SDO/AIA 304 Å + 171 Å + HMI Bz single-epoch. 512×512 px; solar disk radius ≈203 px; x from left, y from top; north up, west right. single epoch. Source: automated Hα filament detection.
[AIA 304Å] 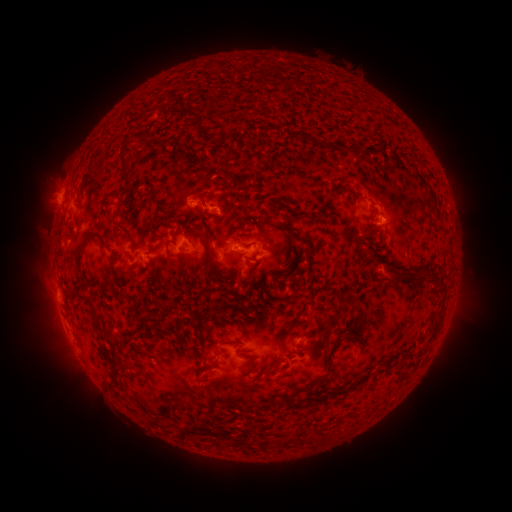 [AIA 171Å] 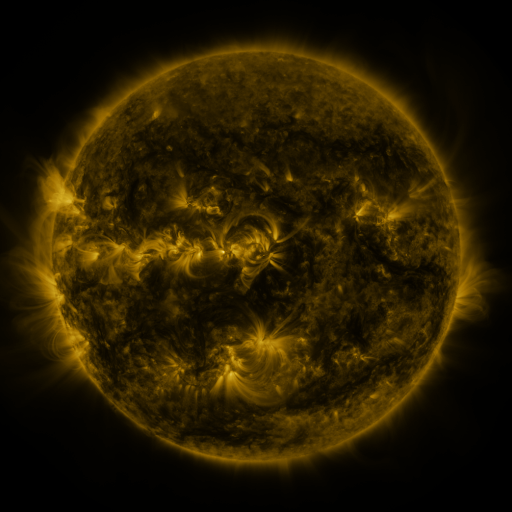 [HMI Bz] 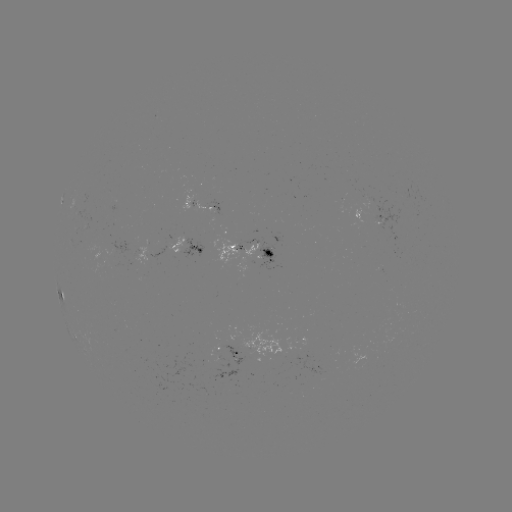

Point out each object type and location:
filament: (193, 158)
filament: (83, 165)
filament: (124, 172)
filament: (111, 196)
filament: (227, 210)
filament: (268, 221)
filament: (373, 226)
filament: (289, 230)
filament: (127, 233)
filament: (208, 245)
filament: (82, 249)
filament: (296, 250)
filament: (403, 275)
filament: (430, 278)
filament: (86, 300)
filament: (344, 305)
filament: (219, 311)
filament: (361, 311)
filament: (441, 314)
filament: (151, 319)
filament: (331, 326)
filament: (331, 362)
filament: (389, 363)
filament: (213, 366)
filament: (254, 367)
filament: (351, 387)
